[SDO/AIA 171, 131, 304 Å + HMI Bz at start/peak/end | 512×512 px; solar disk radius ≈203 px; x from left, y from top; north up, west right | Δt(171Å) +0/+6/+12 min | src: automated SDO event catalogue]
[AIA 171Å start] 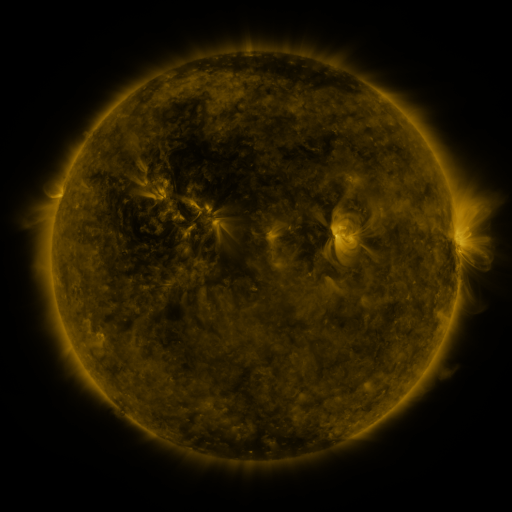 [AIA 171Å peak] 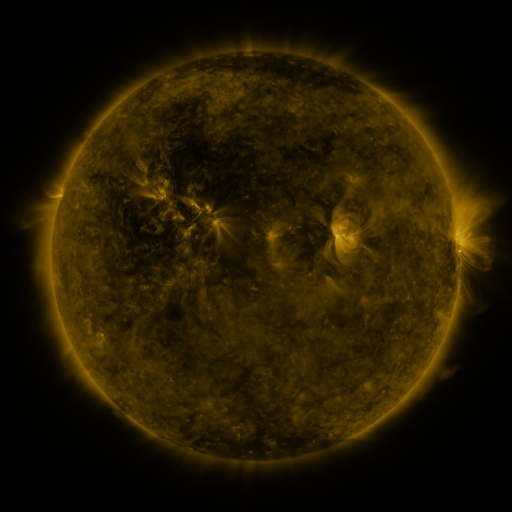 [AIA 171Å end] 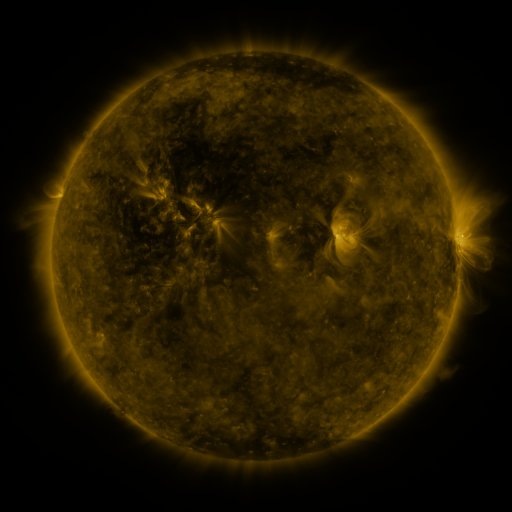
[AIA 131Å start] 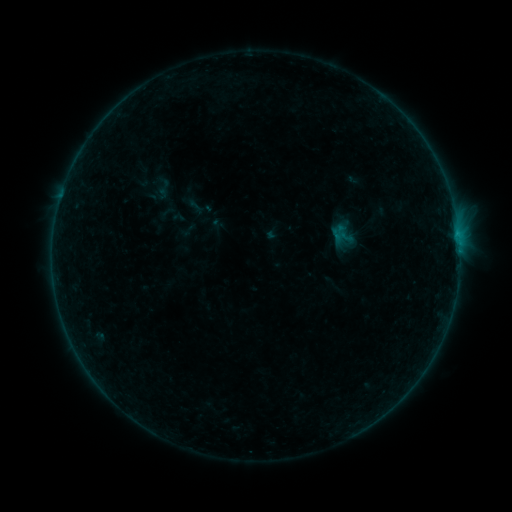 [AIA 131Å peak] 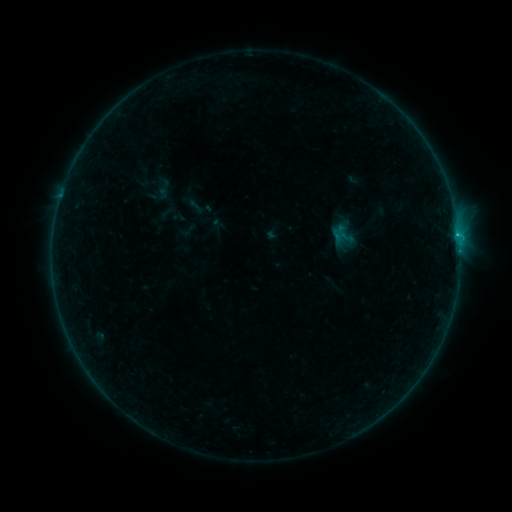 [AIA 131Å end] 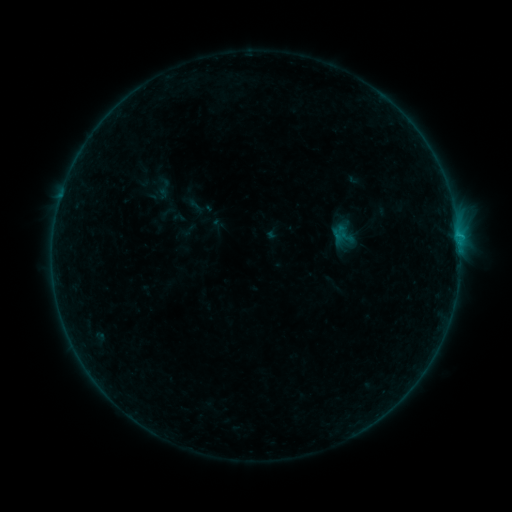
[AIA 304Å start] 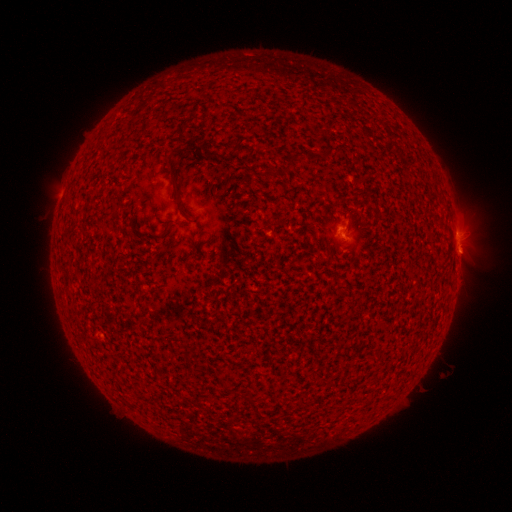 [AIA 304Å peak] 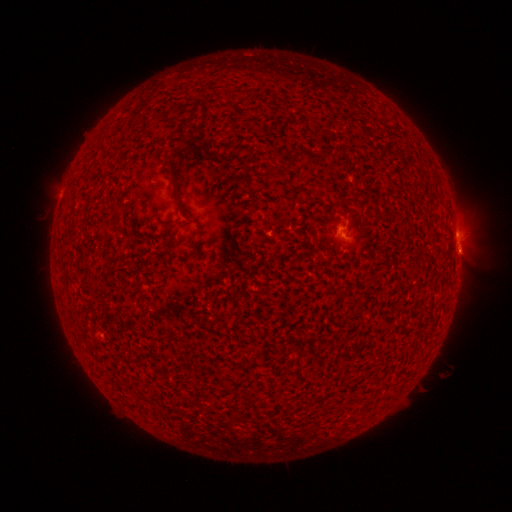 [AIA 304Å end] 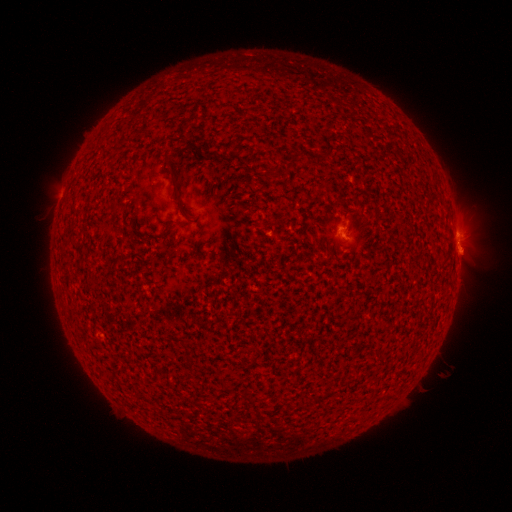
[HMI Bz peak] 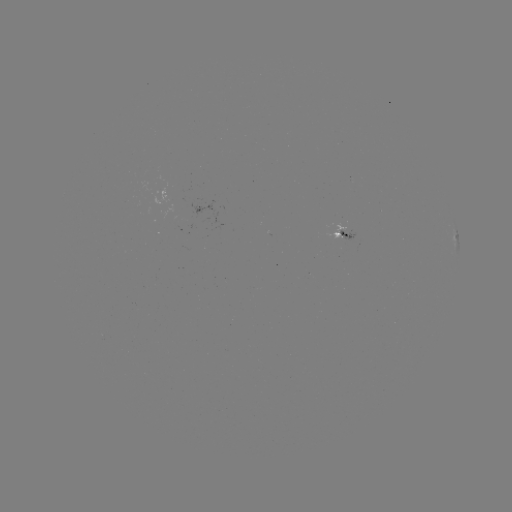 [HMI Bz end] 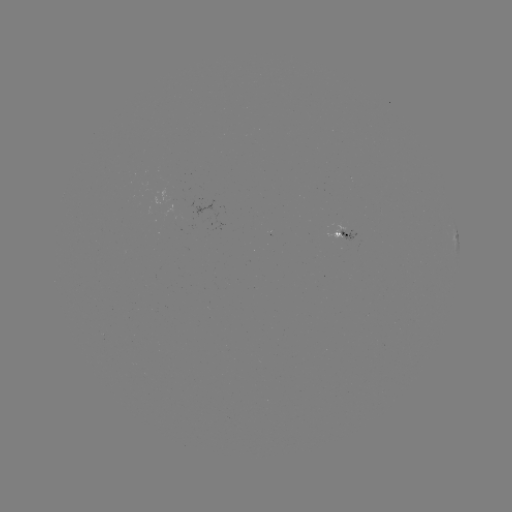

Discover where B3.2 flare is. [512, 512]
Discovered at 458,238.